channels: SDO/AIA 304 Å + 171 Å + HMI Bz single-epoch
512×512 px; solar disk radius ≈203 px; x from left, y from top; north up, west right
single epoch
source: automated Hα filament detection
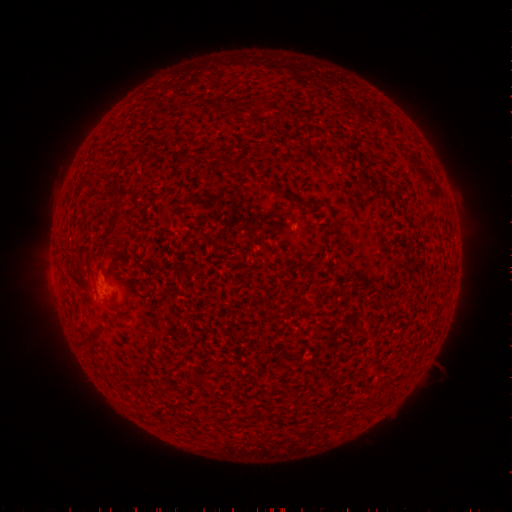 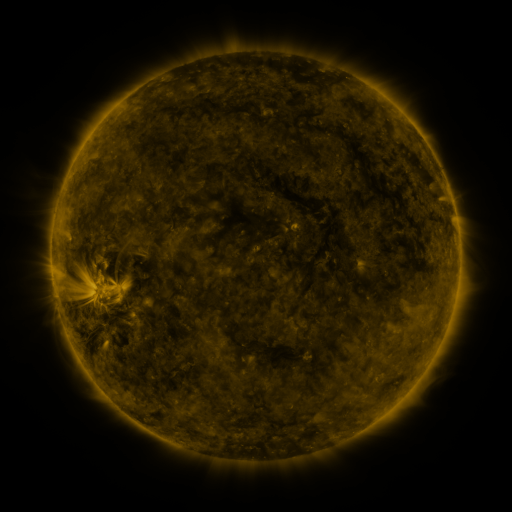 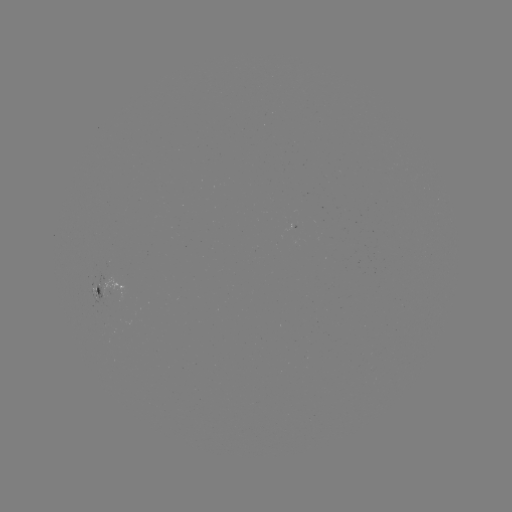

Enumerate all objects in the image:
filament: <bbox>170, 205, 183, 218</bbox>
filament: <bbox>100, 210, 122, 243</bbox>
filament: <bbox>311, 259, 324, 268</bbox>
filament: <bbox>107, 304, 118, 310</bbox>
filament: <bbox>78, 331, 93, 342</bbox>
